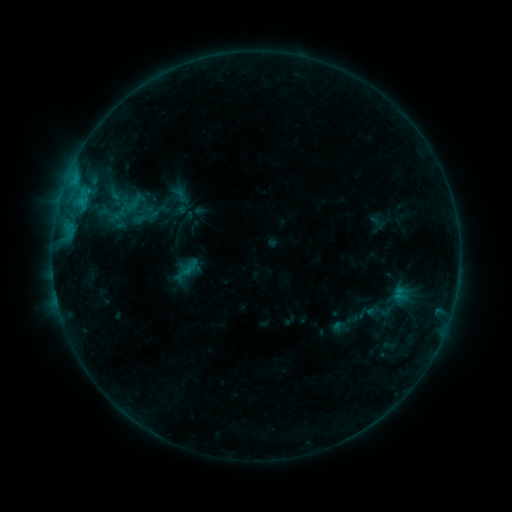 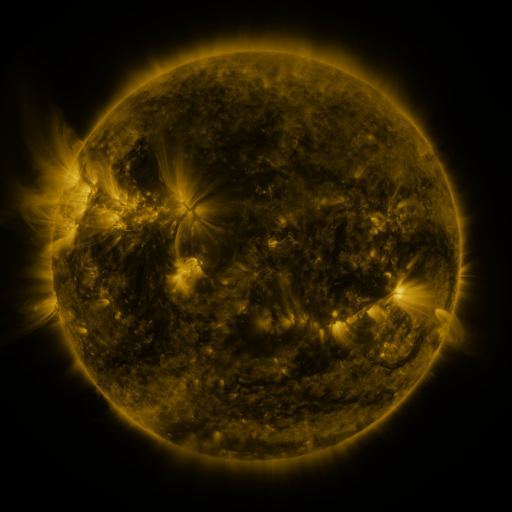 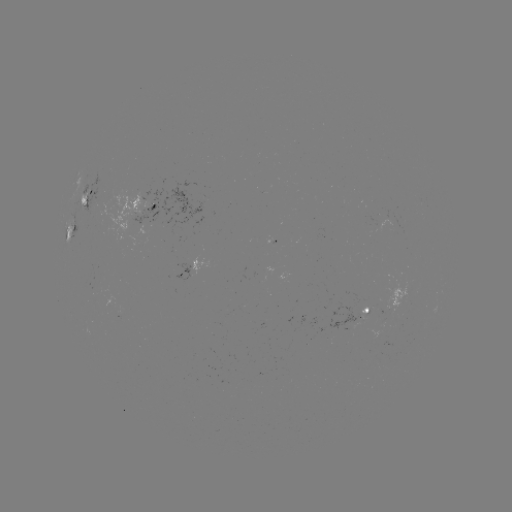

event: sigmoid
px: (138, 200)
